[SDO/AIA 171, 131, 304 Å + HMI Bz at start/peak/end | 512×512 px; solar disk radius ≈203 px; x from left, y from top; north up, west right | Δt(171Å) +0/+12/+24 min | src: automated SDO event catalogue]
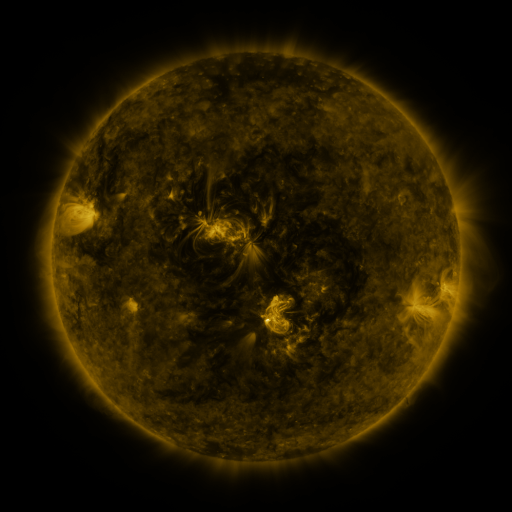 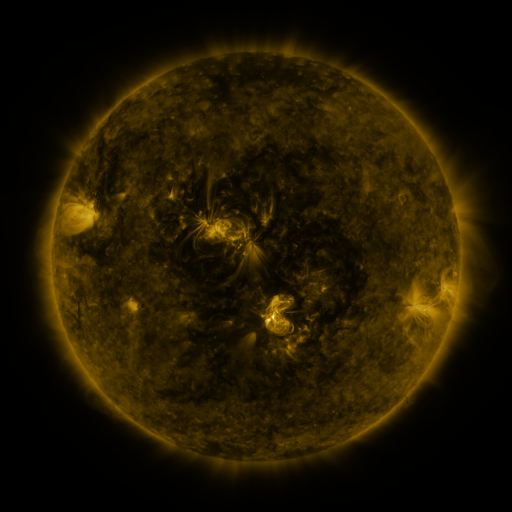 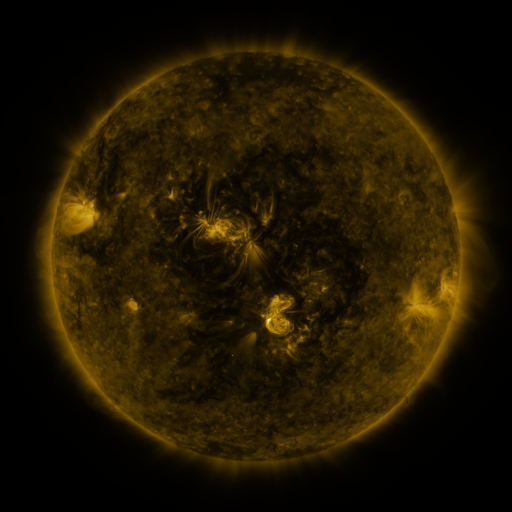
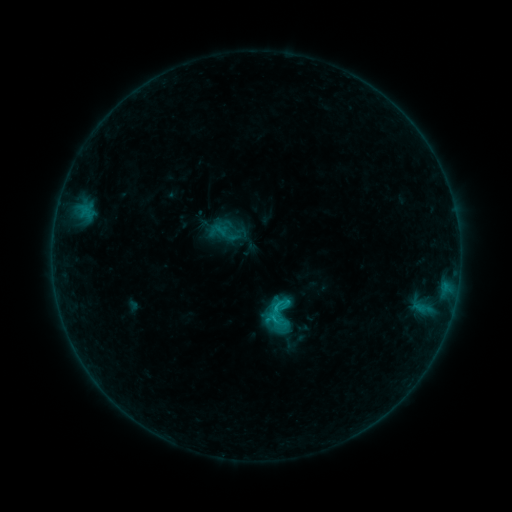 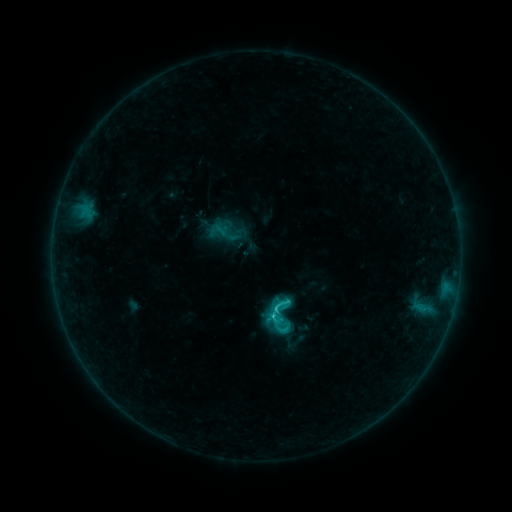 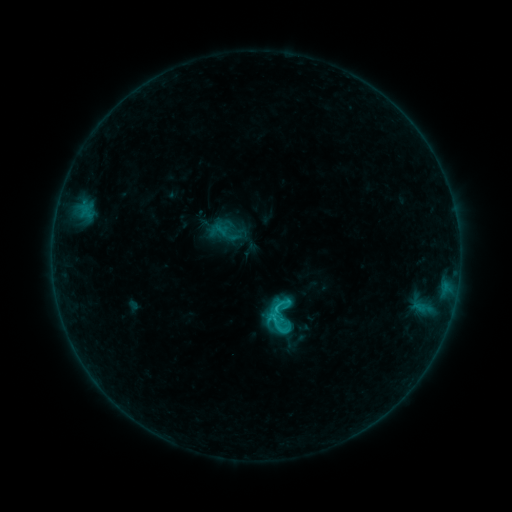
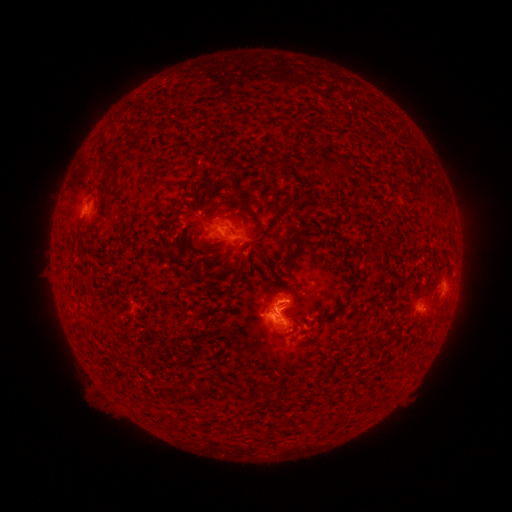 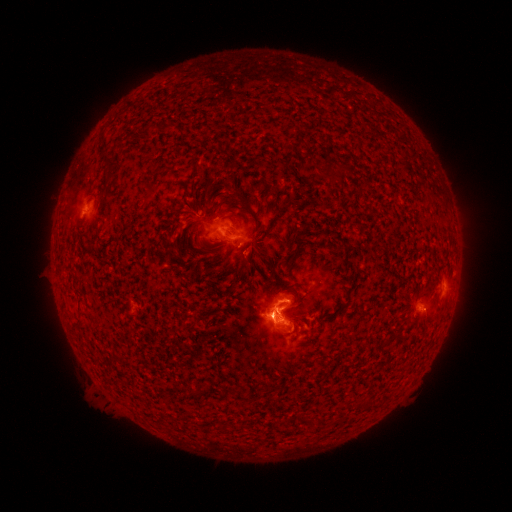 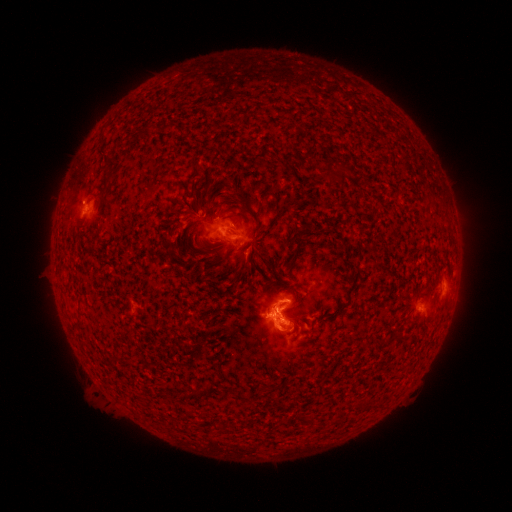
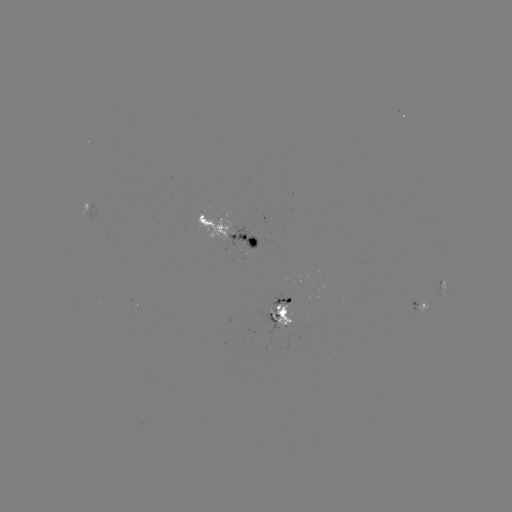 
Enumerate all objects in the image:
C2.9 flare: (270, 312)
